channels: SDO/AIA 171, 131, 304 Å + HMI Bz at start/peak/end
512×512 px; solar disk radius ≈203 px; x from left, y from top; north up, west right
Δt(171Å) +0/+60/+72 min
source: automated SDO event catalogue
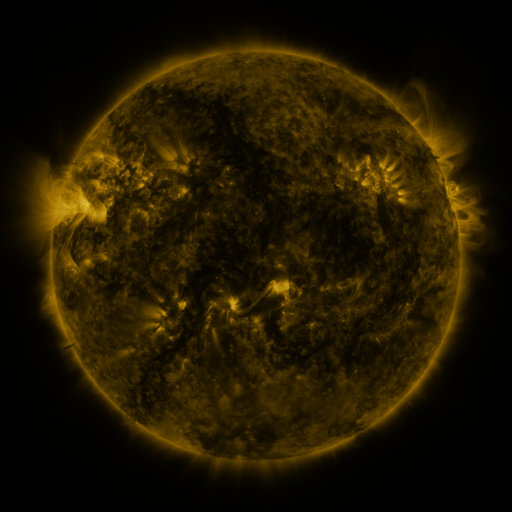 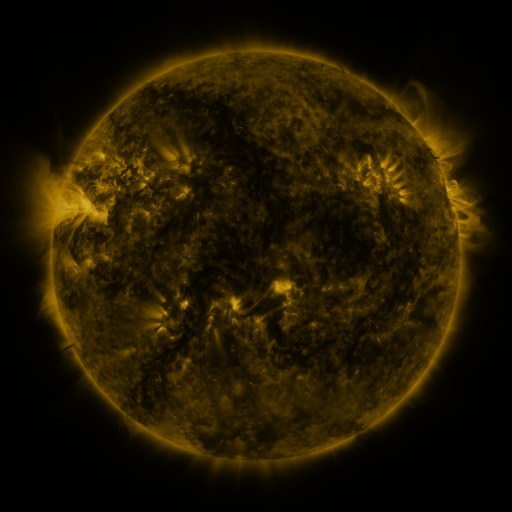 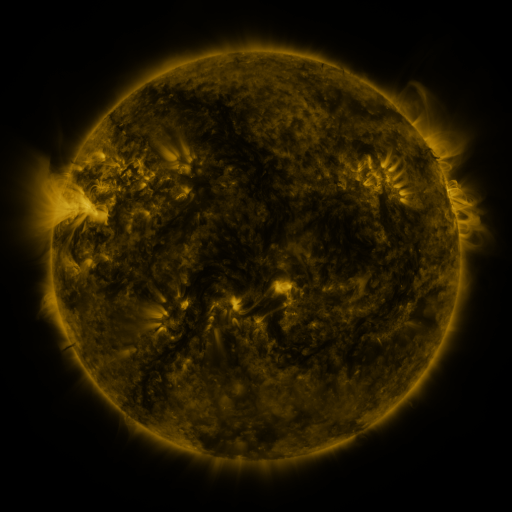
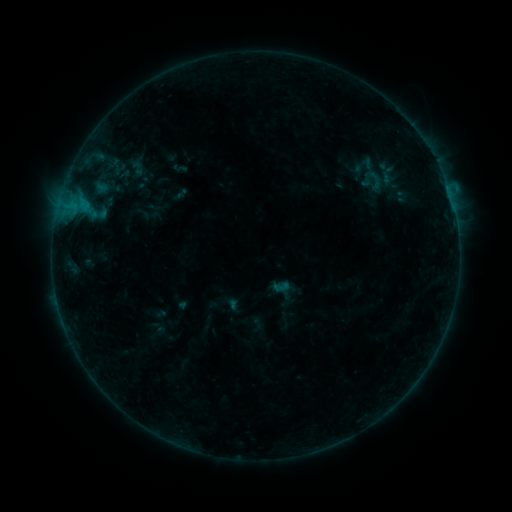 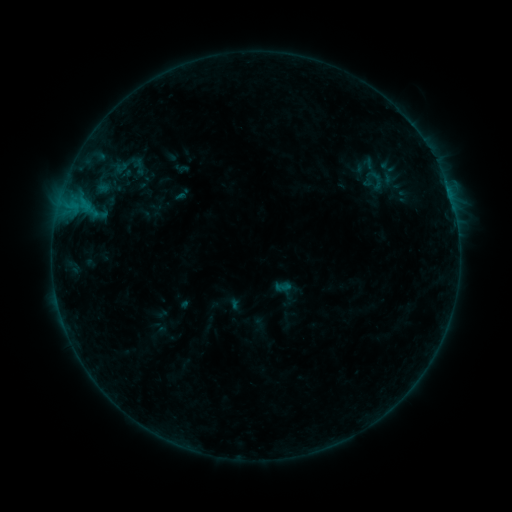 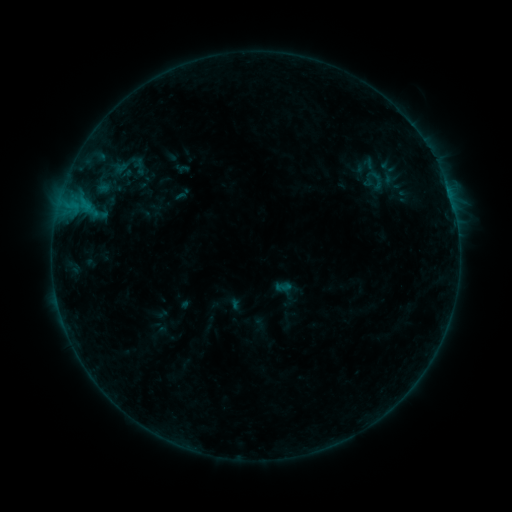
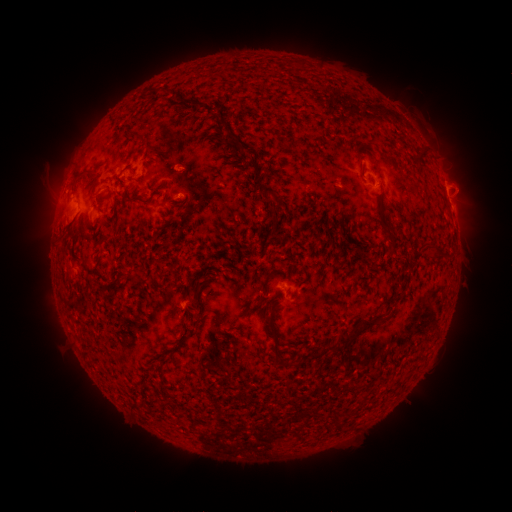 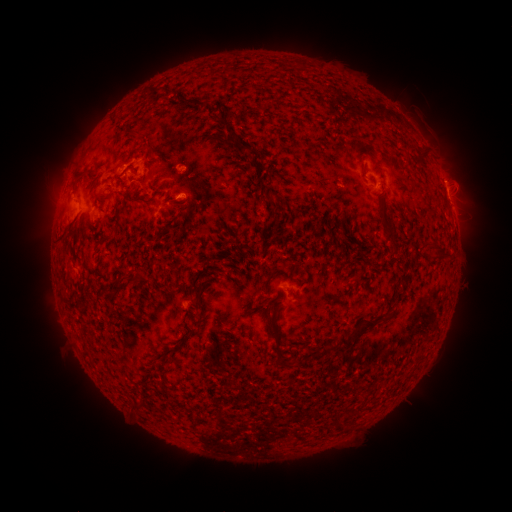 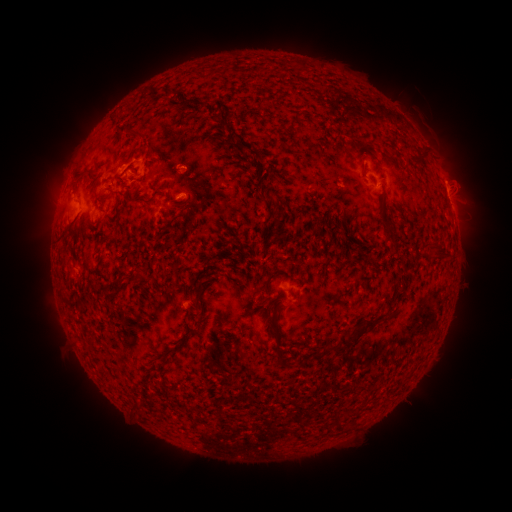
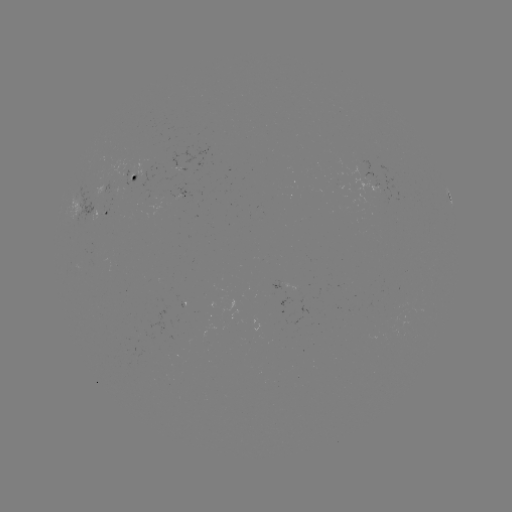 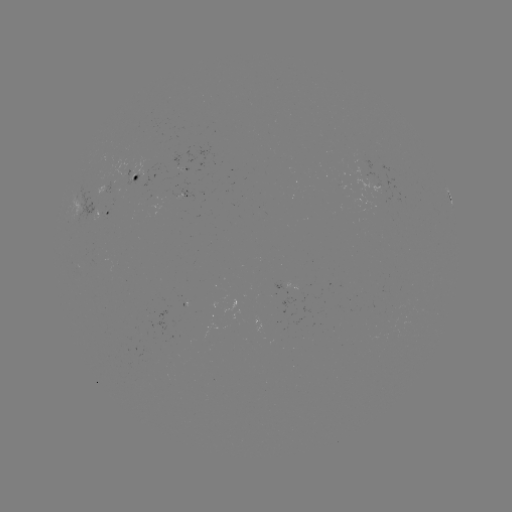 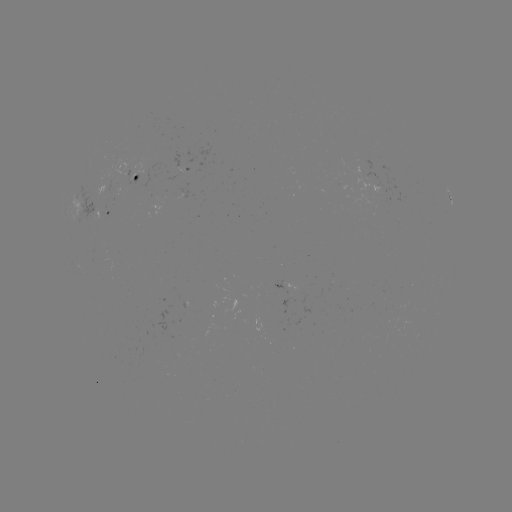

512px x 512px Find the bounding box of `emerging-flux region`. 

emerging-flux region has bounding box [361, 170, 387, 194].